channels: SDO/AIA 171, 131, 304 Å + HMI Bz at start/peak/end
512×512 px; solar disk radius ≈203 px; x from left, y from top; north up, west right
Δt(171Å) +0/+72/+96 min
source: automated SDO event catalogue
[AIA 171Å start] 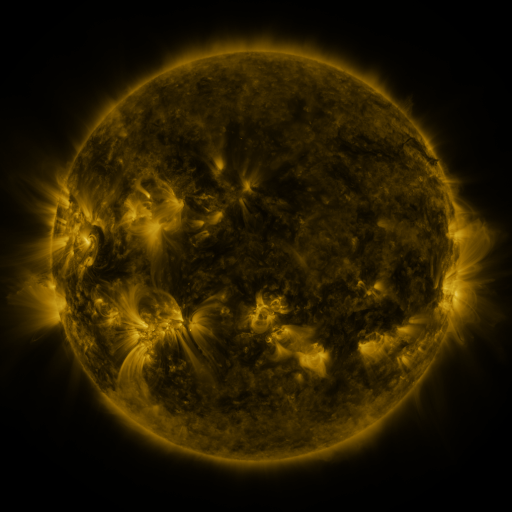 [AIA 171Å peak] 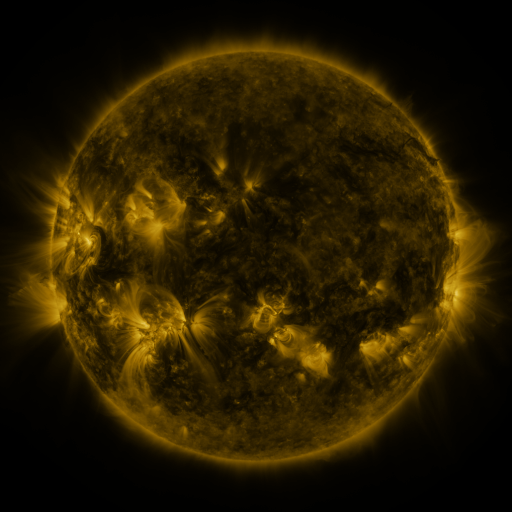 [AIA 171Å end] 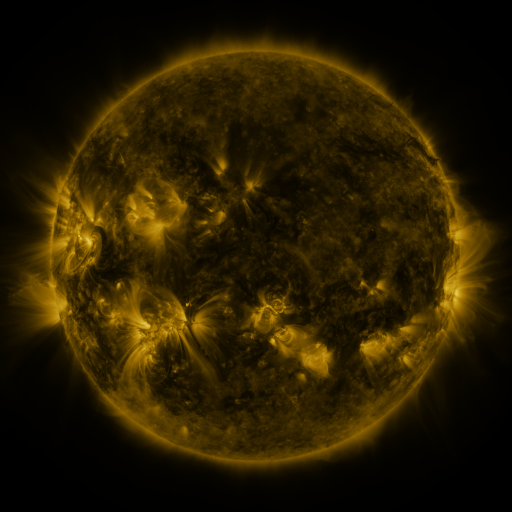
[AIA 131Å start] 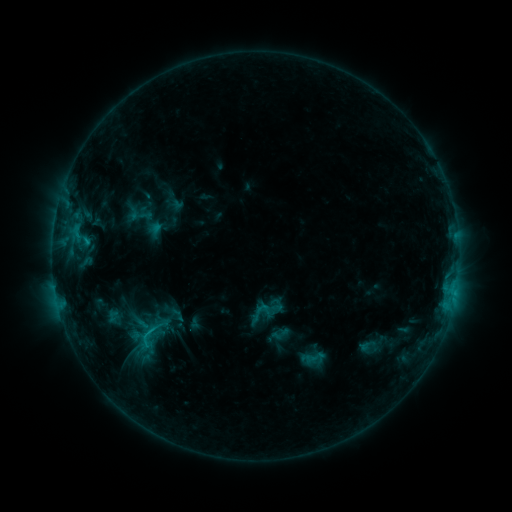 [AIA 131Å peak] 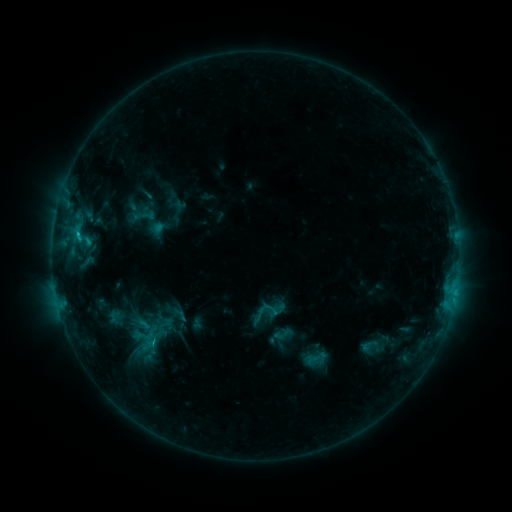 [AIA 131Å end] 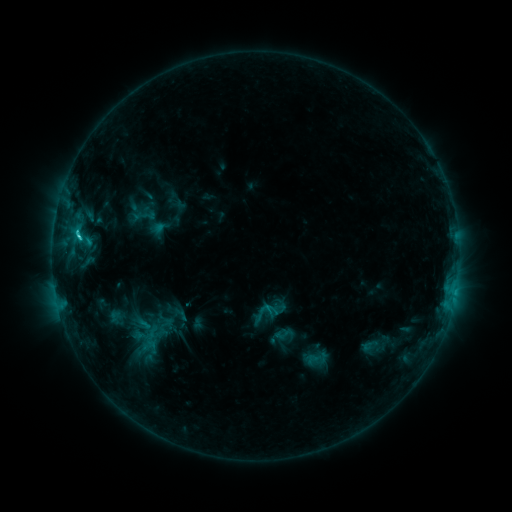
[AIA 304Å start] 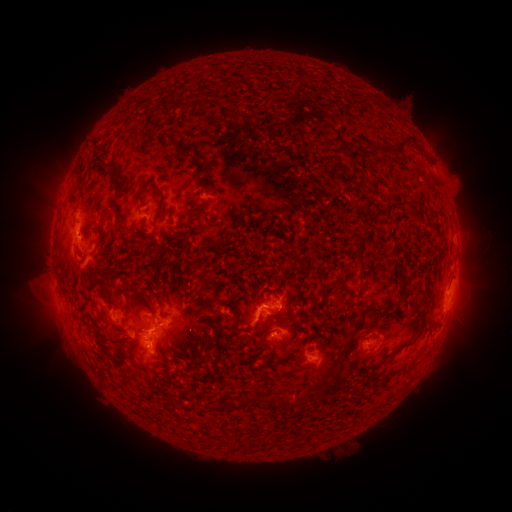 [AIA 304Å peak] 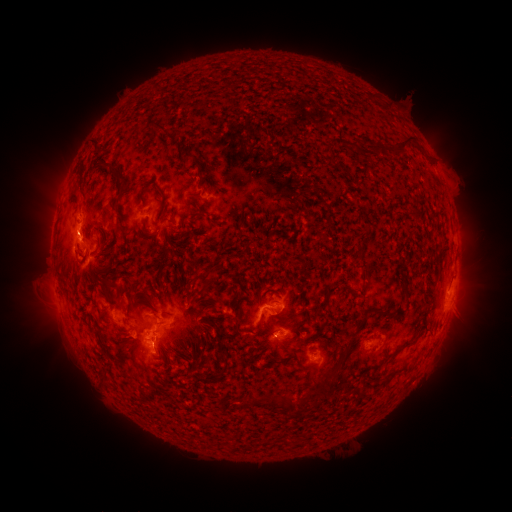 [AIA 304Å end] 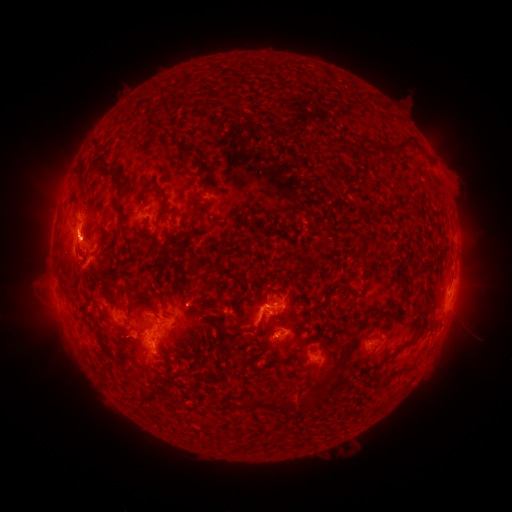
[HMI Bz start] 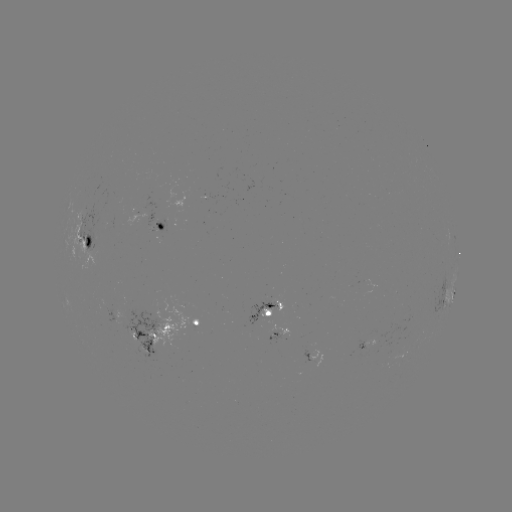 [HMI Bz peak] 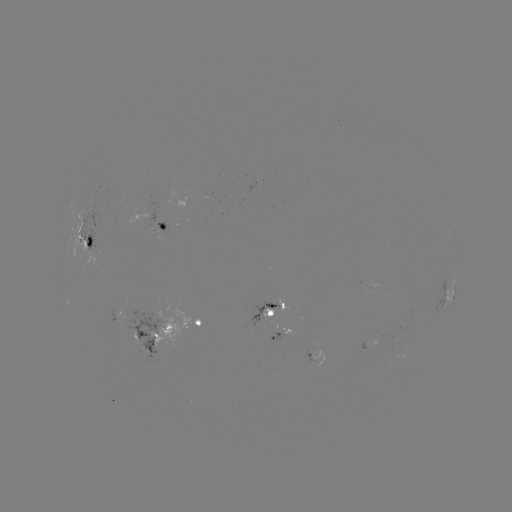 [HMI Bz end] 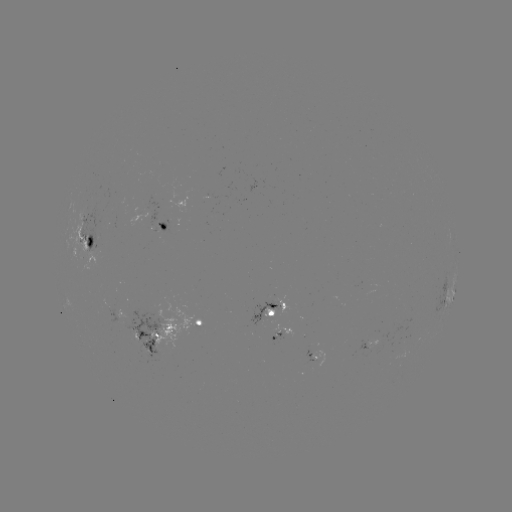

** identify emerging-flux region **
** (138, 343) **